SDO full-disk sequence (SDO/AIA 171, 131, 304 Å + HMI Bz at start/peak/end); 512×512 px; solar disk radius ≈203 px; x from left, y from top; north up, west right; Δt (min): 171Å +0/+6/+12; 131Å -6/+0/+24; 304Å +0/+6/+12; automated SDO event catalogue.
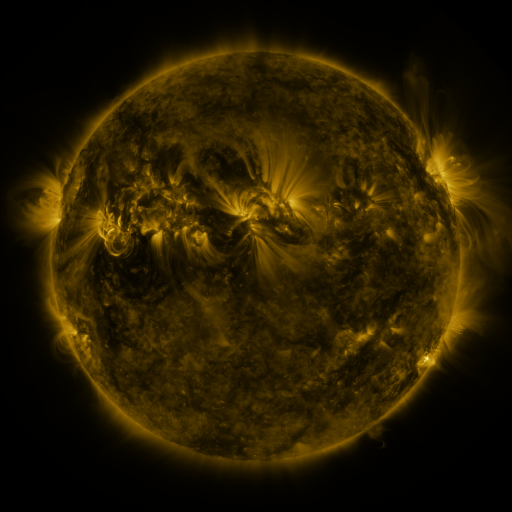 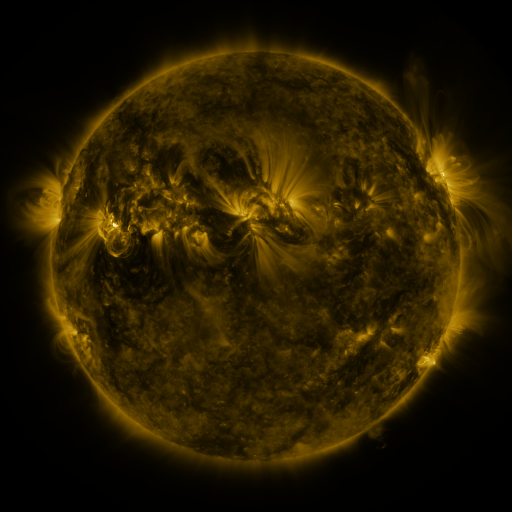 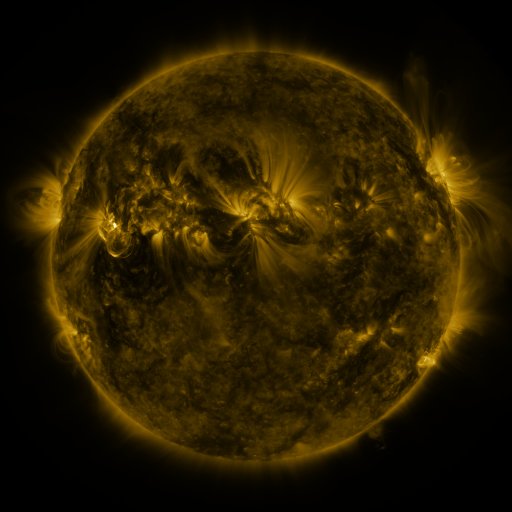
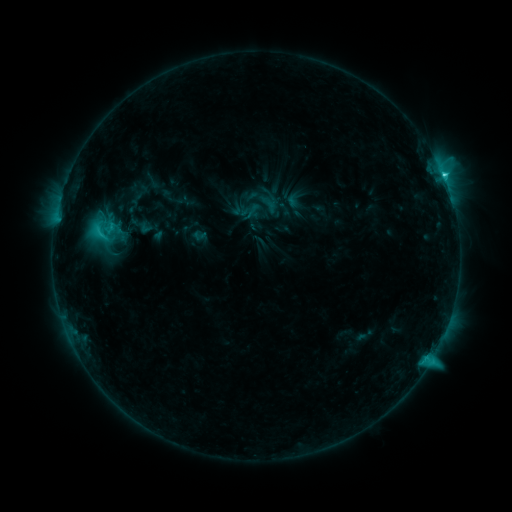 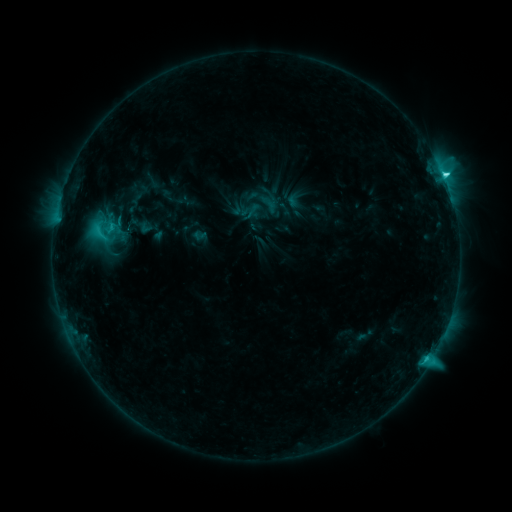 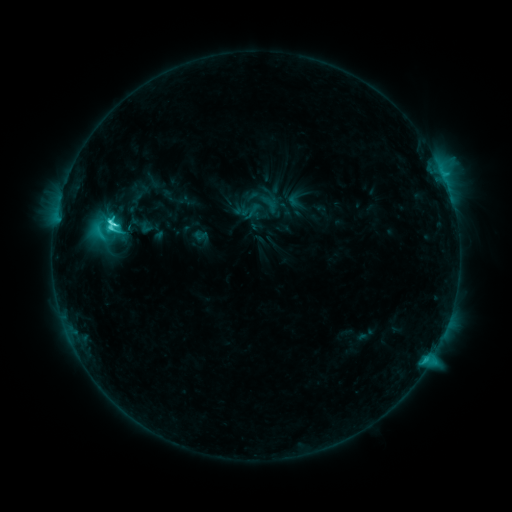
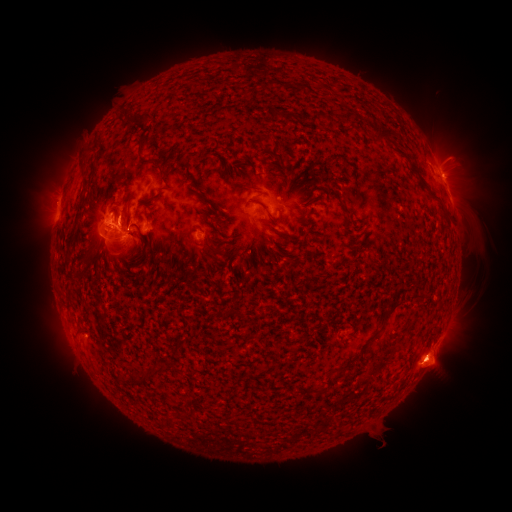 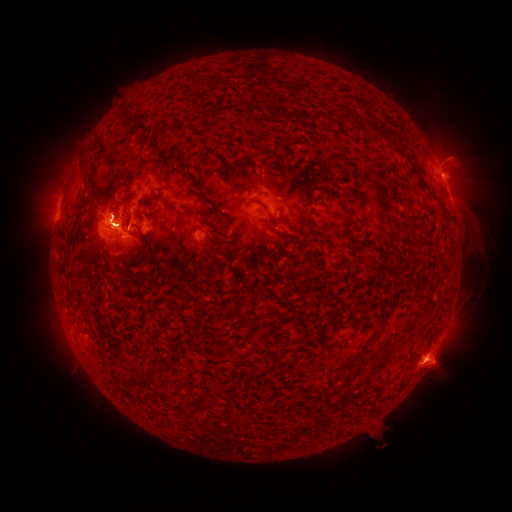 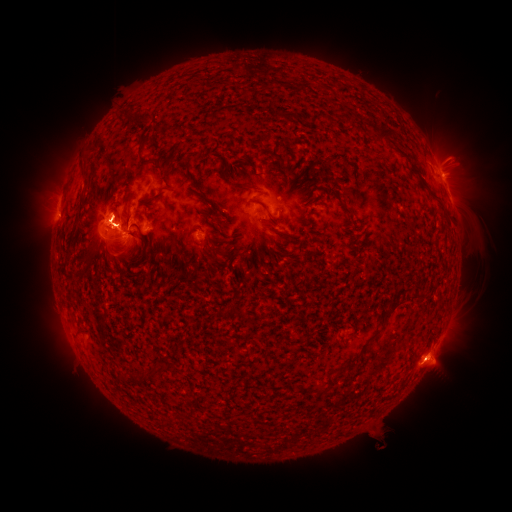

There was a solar flare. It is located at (115, 227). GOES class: M3.1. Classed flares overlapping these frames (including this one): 1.